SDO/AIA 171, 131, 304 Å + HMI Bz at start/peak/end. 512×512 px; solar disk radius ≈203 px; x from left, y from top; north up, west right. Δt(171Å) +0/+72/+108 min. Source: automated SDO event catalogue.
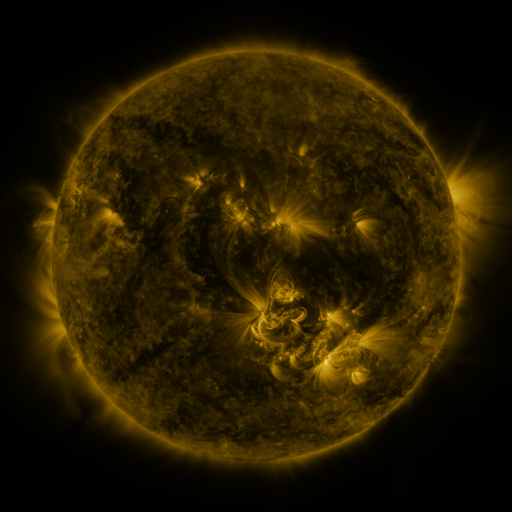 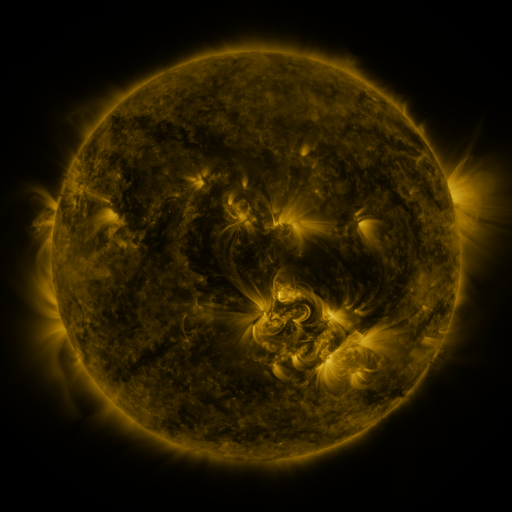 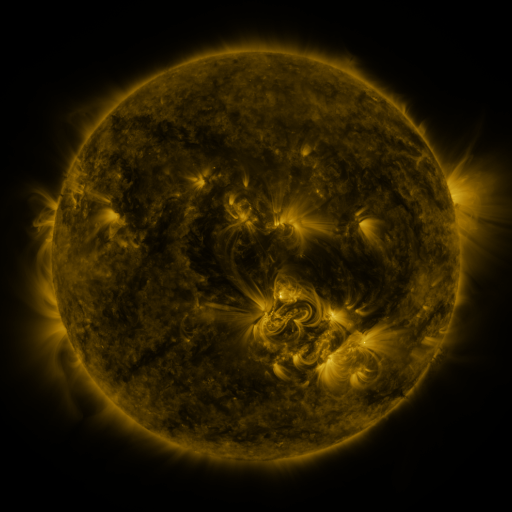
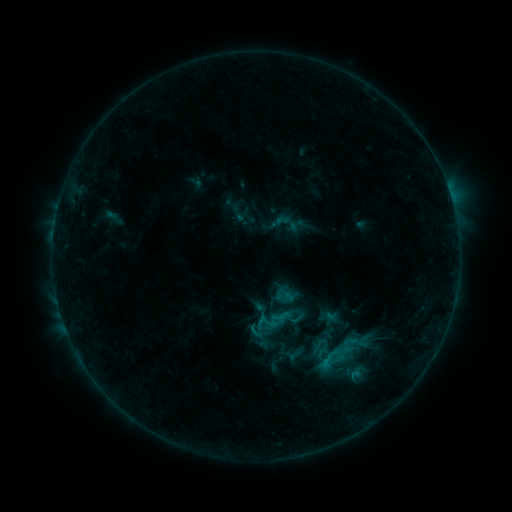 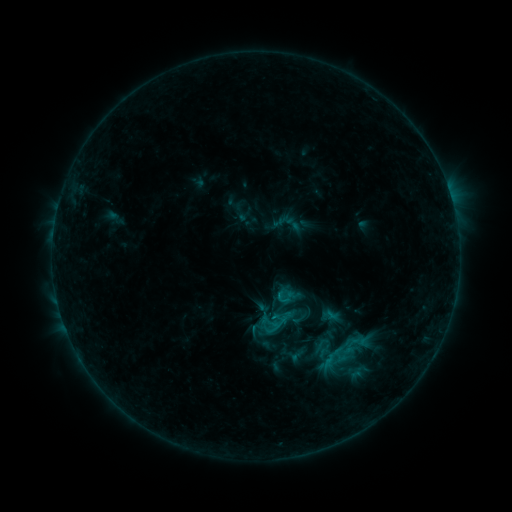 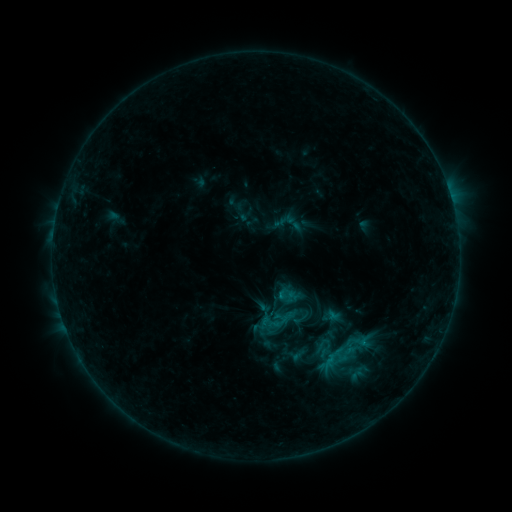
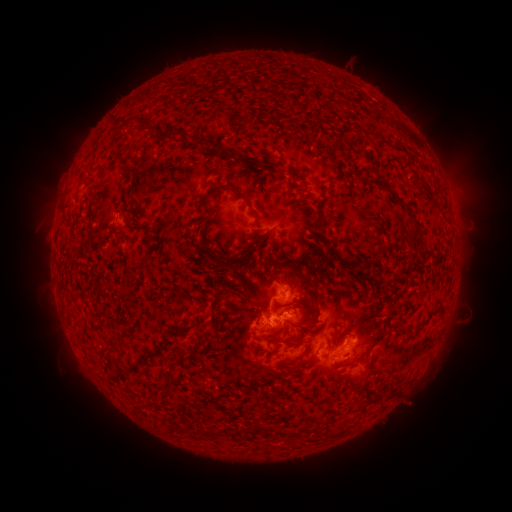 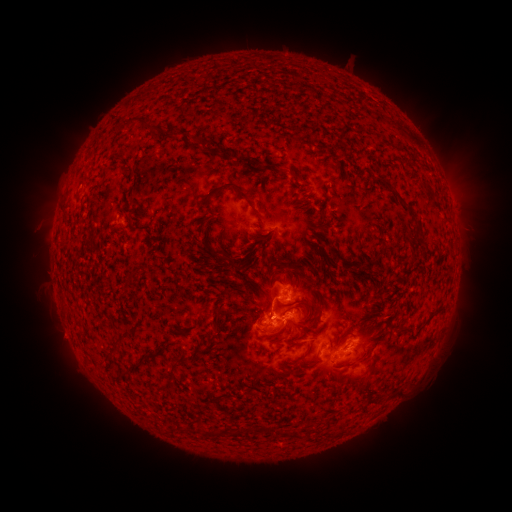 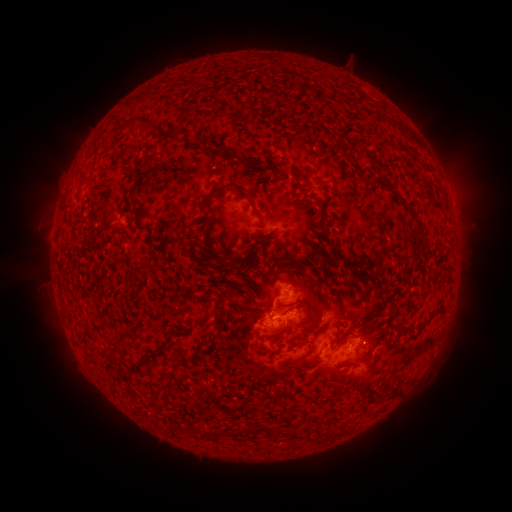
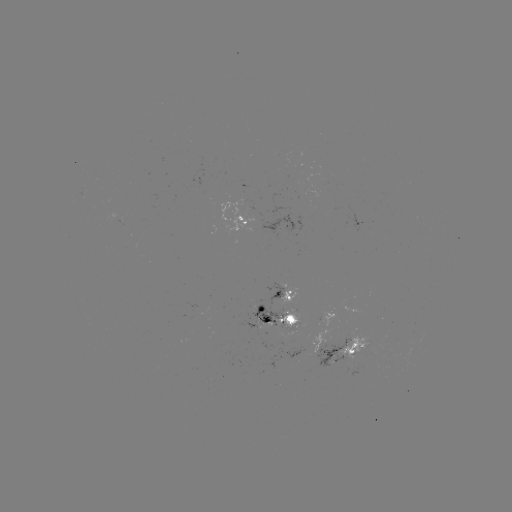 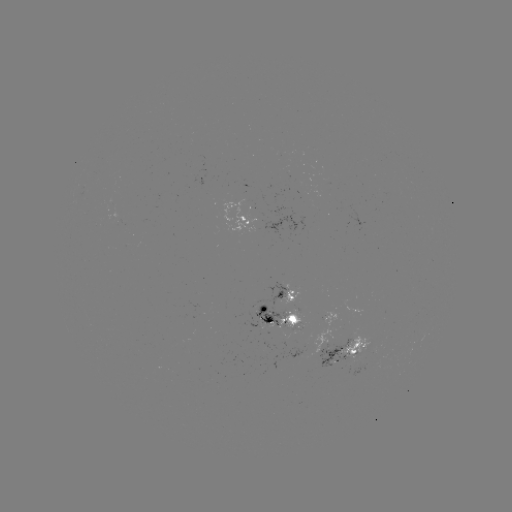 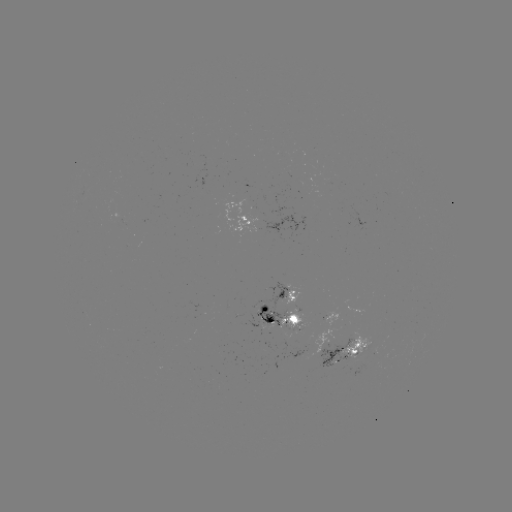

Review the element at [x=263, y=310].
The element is emerging-flux region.